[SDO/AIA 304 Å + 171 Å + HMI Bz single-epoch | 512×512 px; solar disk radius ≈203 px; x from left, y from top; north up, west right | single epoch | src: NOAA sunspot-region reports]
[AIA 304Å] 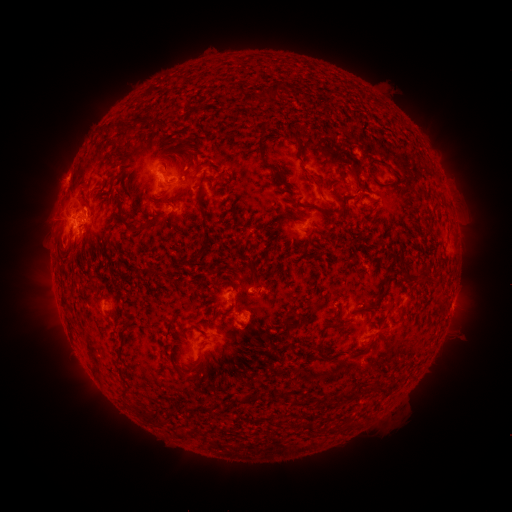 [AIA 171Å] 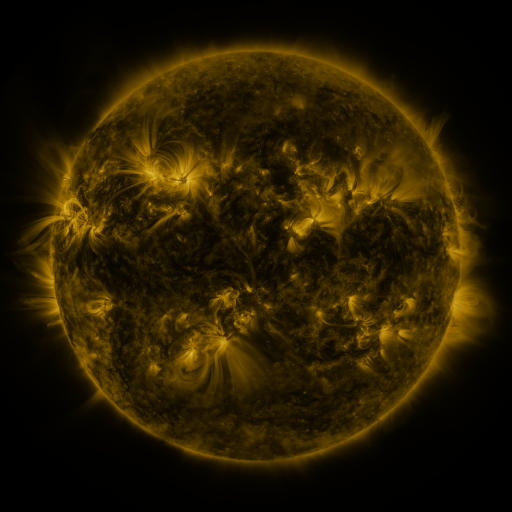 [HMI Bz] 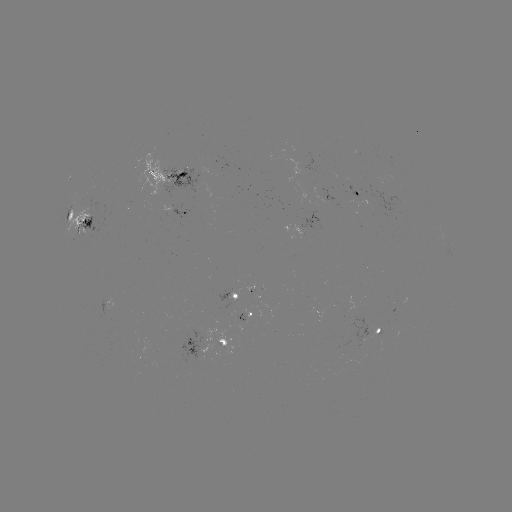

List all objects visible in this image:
spotted active region: (174, 177)
spotted active region: (358, 198)
spotted active region: (183, 210)
spotted active region: (82, 213)
spotted active region: (305, 224)
spotted active region: (238, 294)
spotted active region: (452, 303)
spotted active region: (262, 318)
spotted active region: (377, 332)
spotted active region: (207, 345)
